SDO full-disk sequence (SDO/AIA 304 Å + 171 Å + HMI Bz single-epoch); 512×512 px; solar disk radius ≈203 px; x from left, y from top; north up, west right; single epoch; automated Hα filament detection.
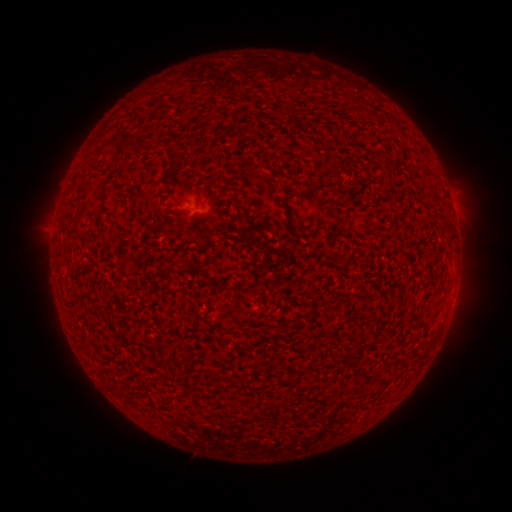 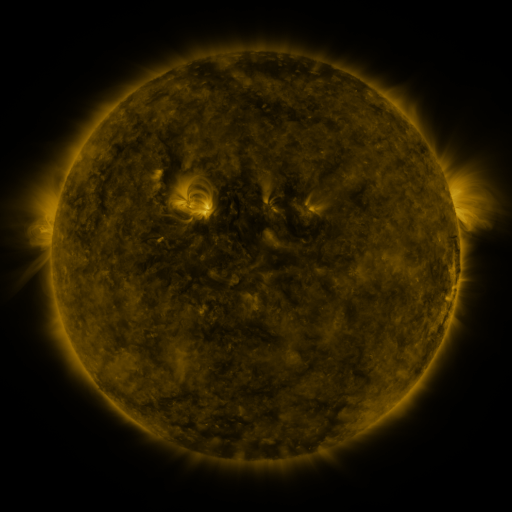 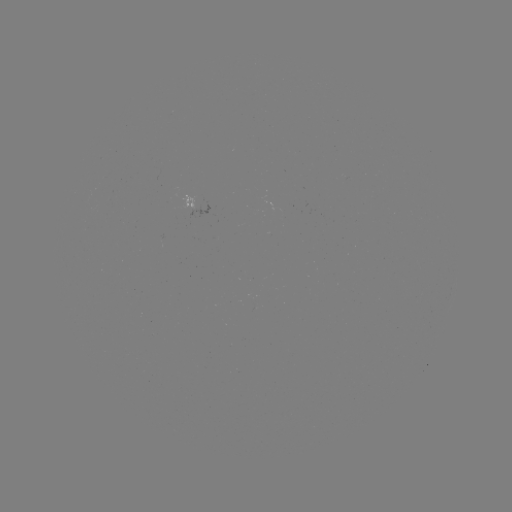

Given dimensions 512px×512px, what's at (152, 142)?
filament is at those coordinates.